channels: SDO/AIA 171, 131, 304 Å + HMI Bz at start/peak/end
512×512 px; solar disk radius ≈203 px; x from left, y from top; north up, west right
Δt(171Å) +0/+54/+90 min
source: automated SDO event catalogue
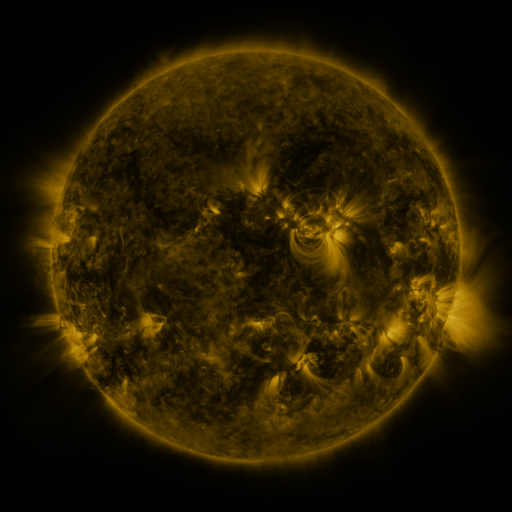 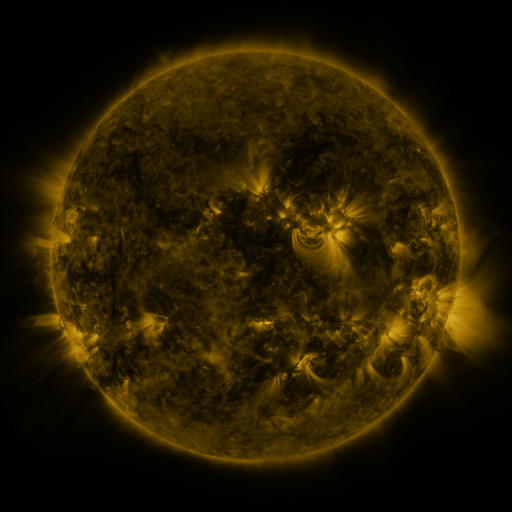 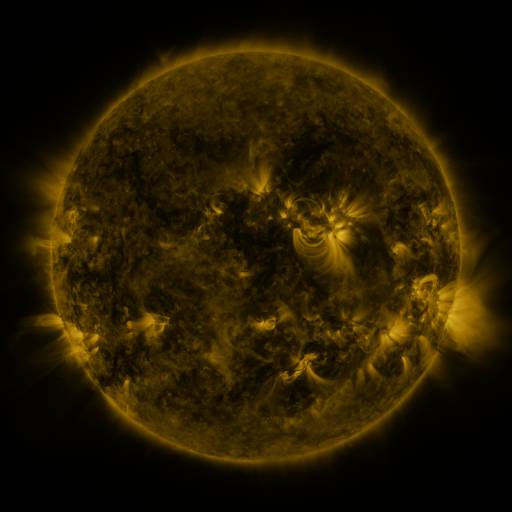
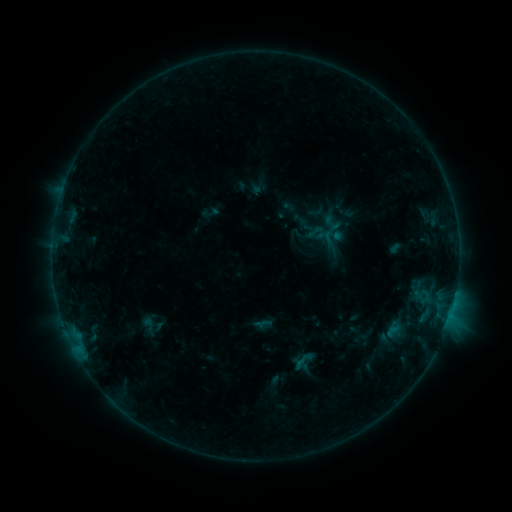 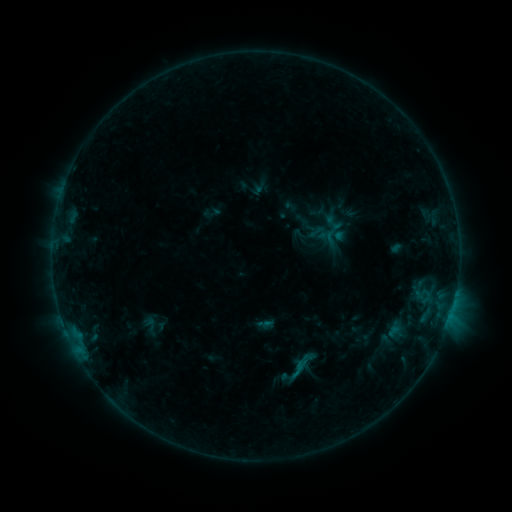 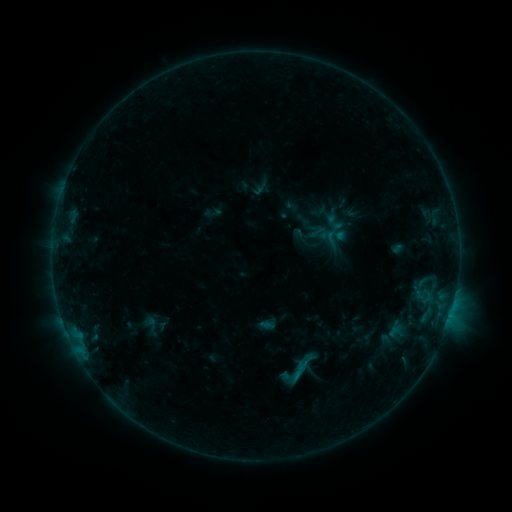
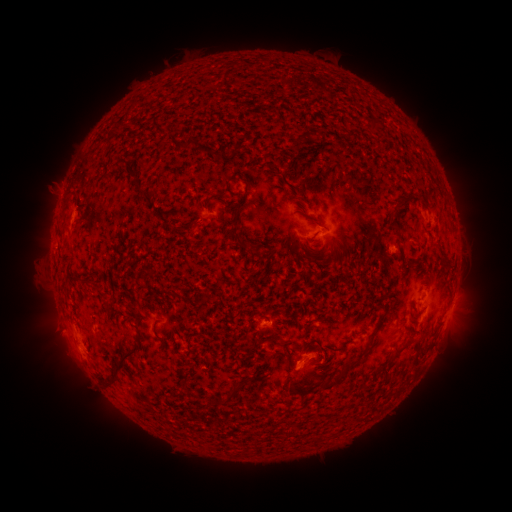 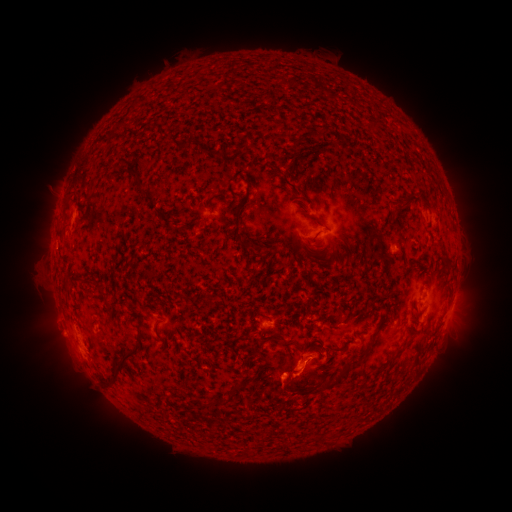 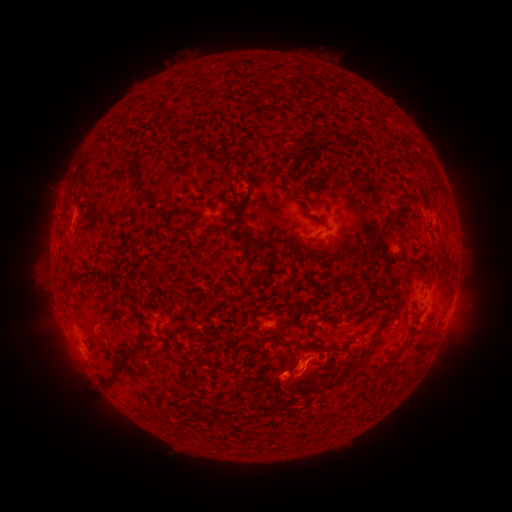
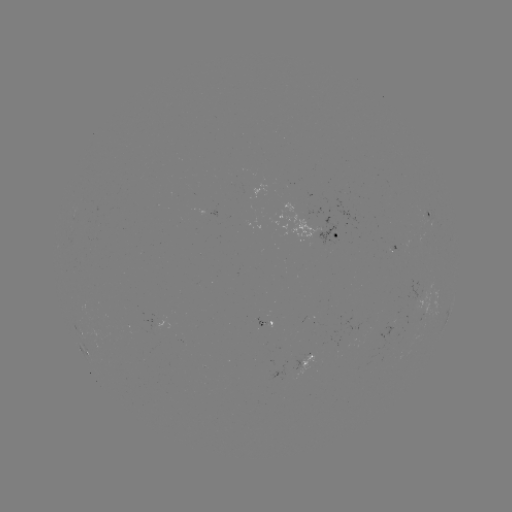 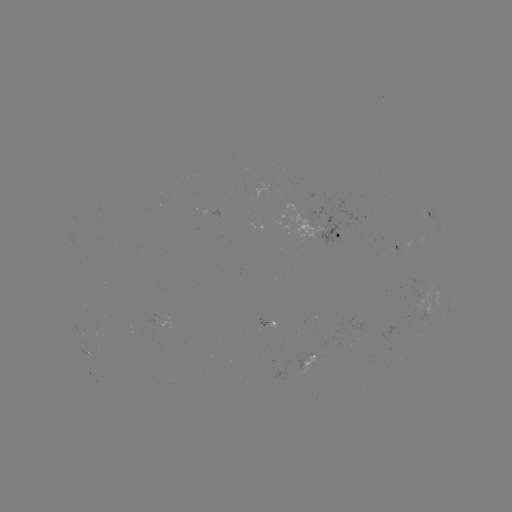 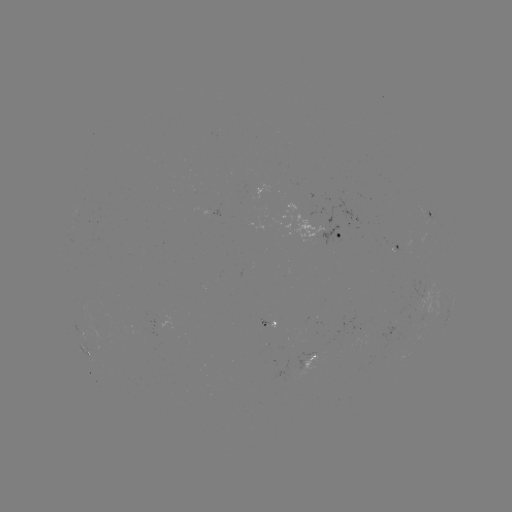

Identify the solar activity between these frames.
B5.3 flare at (296, 373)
